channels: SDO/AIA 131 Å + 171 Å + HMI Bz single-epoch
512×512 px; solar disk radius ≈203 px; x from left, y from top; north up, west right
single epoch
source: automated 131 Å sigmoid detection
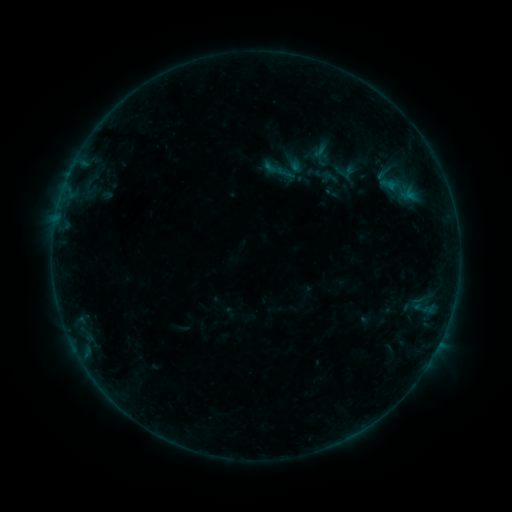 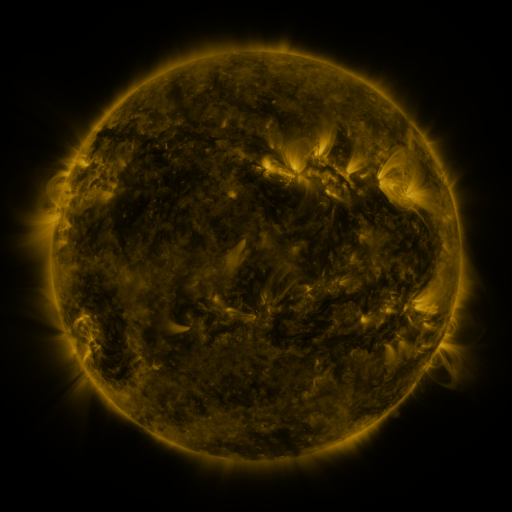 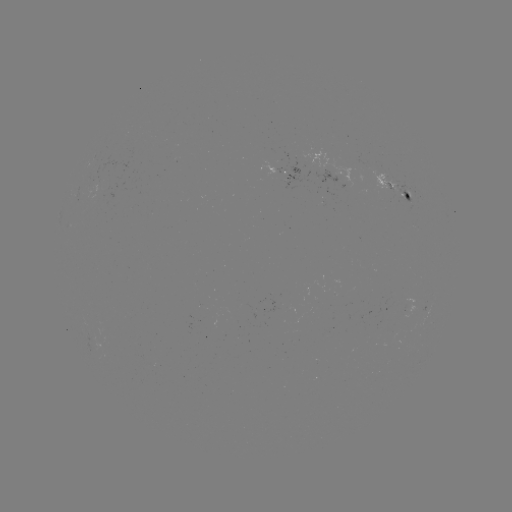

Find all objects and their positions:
sigmoid: (280, 170)
sigmoid: (402, 189)
